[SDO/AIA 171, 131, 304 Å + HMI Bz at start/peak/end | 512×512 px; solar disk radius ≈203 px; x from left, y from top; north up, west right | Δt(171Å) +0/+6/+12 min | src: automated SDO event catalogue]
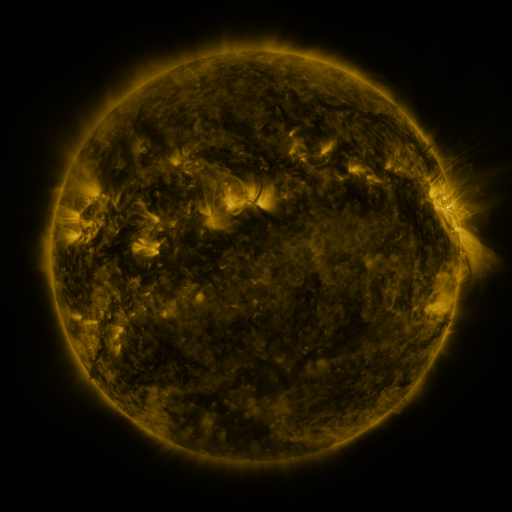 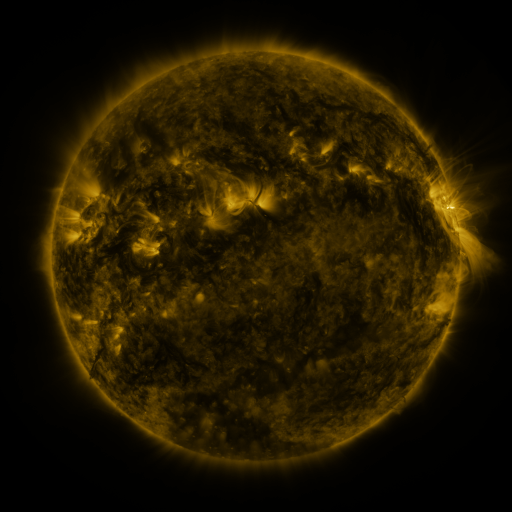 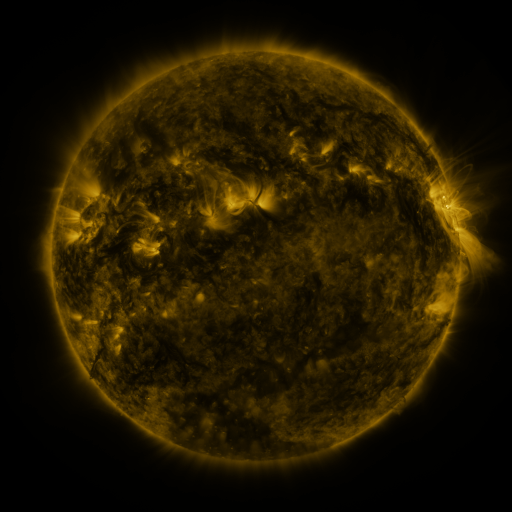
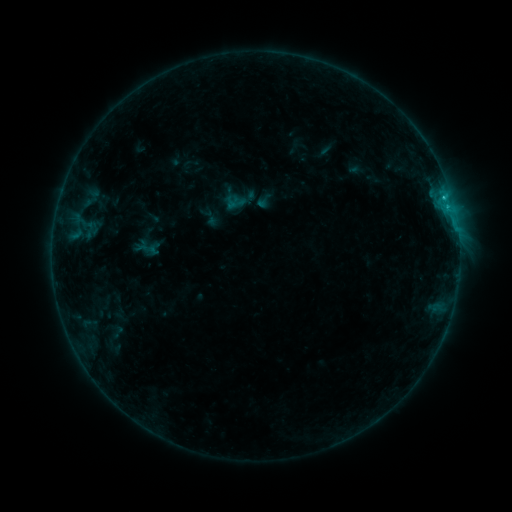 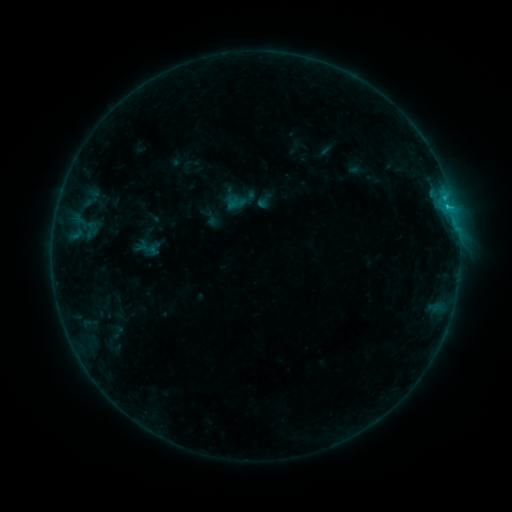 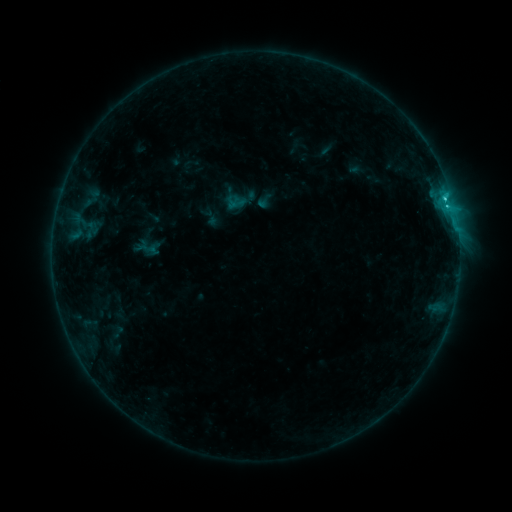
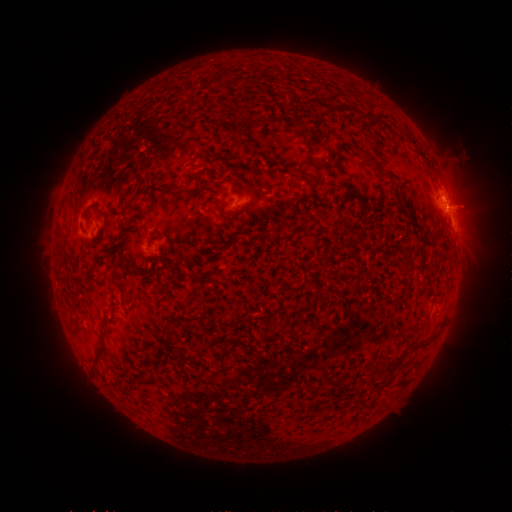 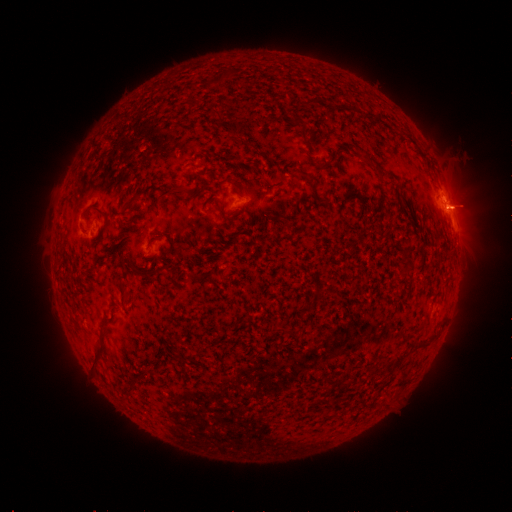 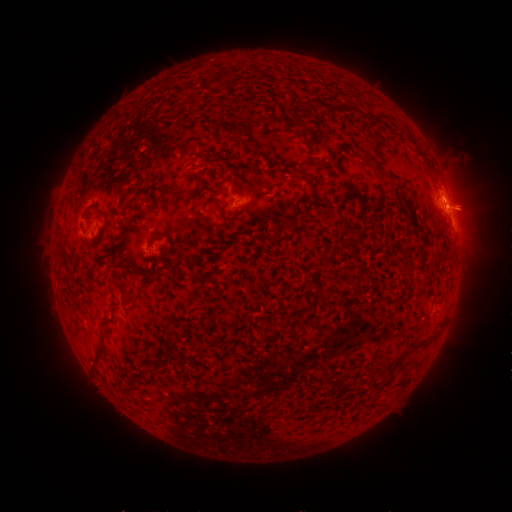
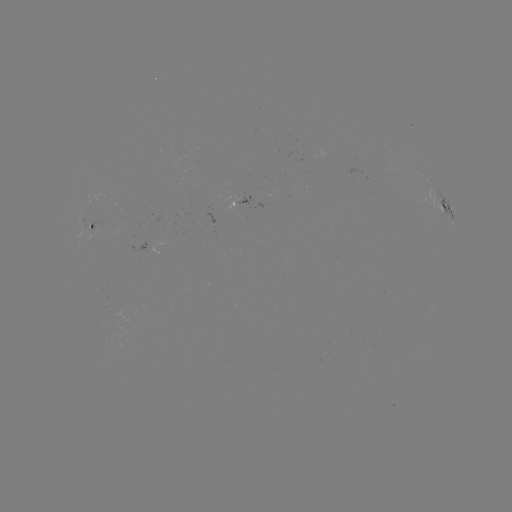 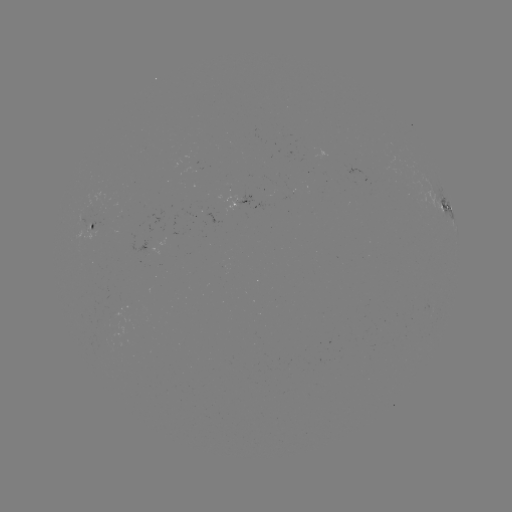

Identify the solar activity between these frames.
C1.2 flare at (447, 207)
